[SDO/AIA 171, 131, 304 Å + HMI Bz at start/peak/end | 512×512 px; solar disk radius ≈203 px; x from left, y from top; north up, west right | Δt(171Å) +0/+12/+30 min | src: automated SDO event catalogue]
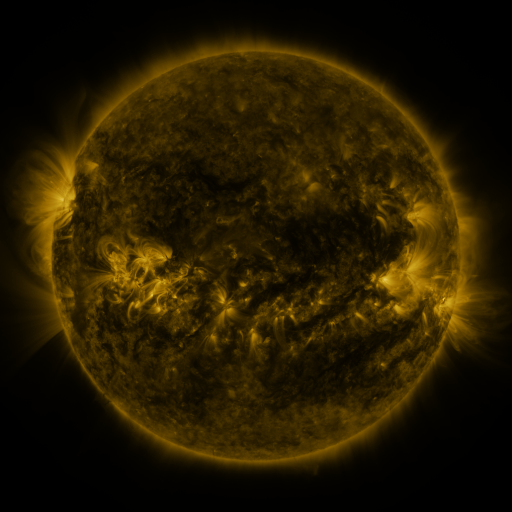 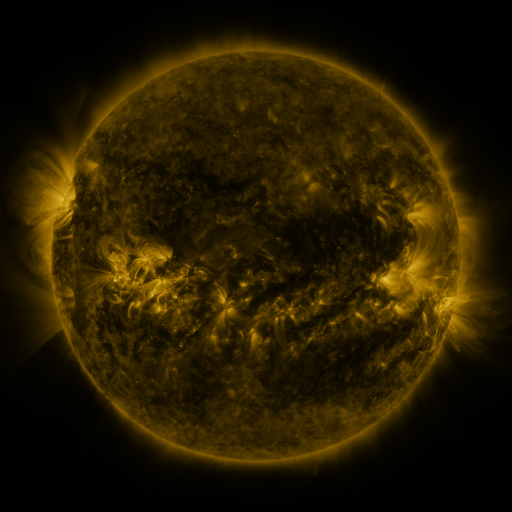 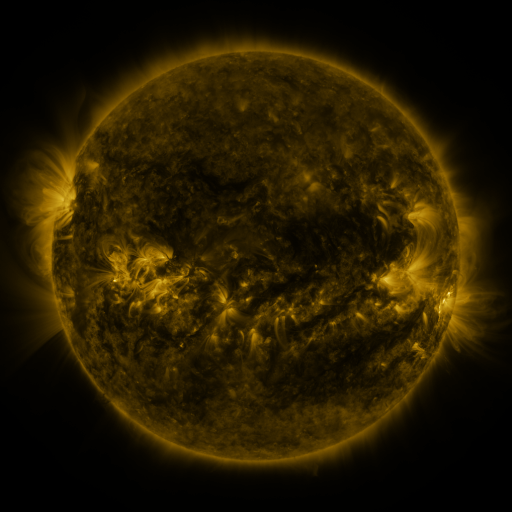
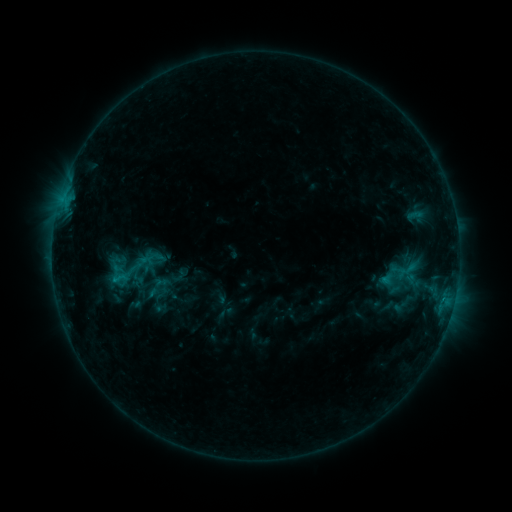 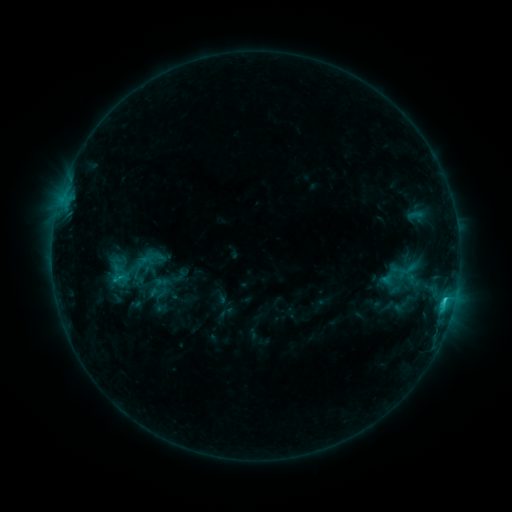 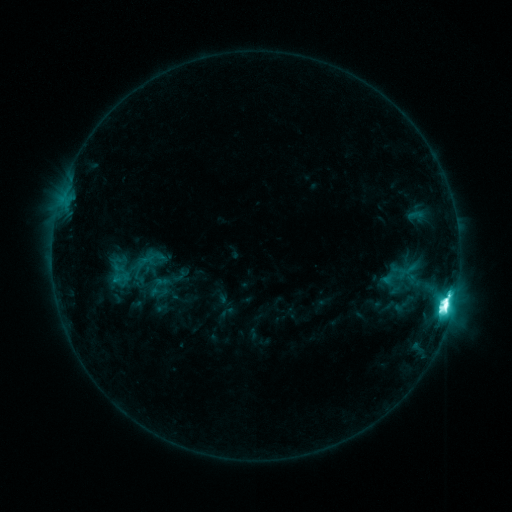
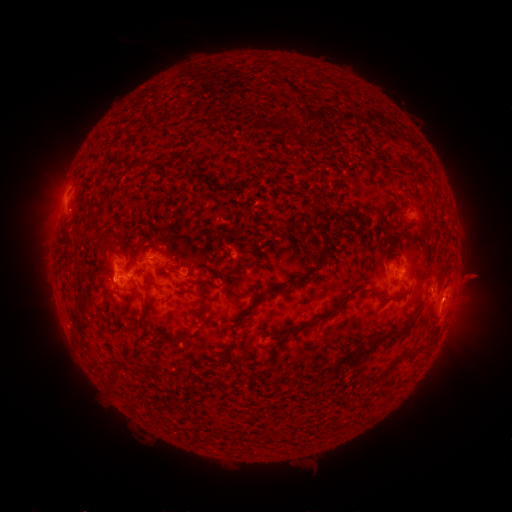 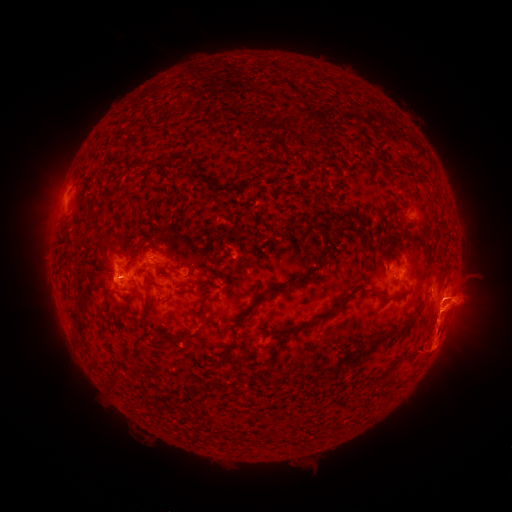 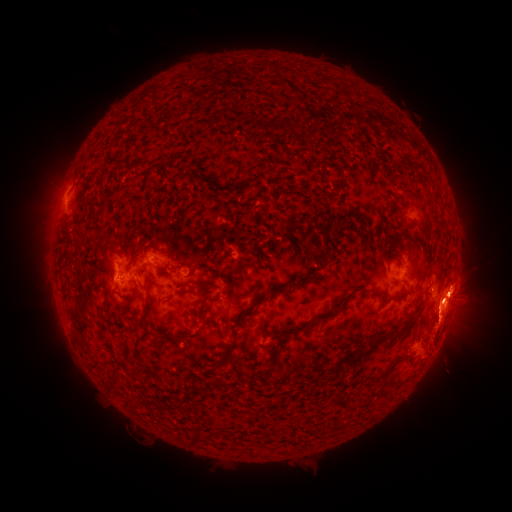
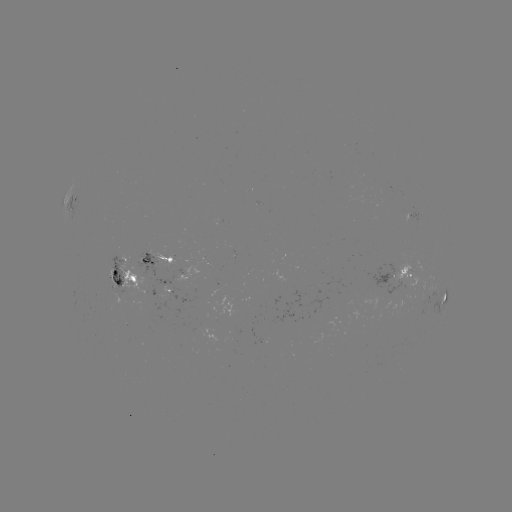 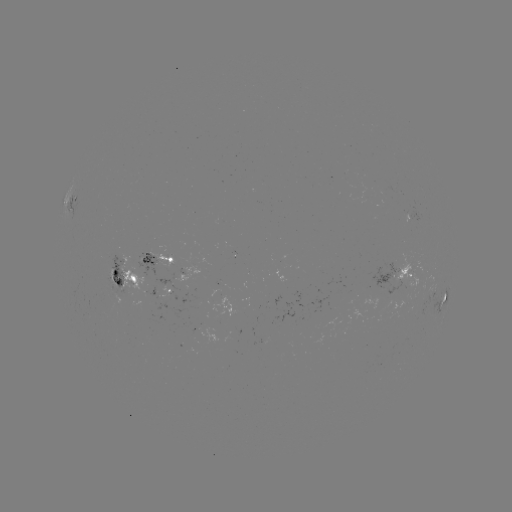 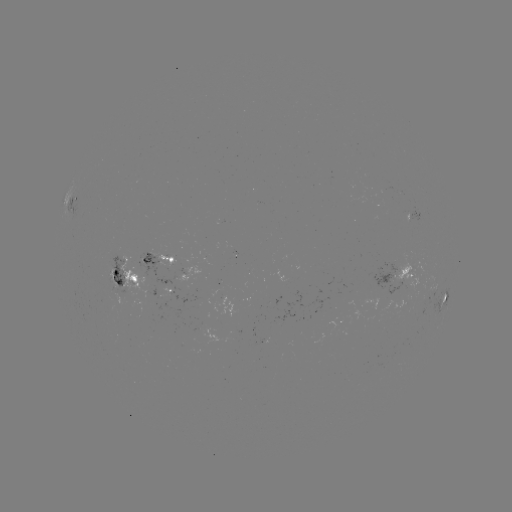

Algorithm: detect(eruption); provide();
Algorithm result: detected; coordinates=[455, 321]